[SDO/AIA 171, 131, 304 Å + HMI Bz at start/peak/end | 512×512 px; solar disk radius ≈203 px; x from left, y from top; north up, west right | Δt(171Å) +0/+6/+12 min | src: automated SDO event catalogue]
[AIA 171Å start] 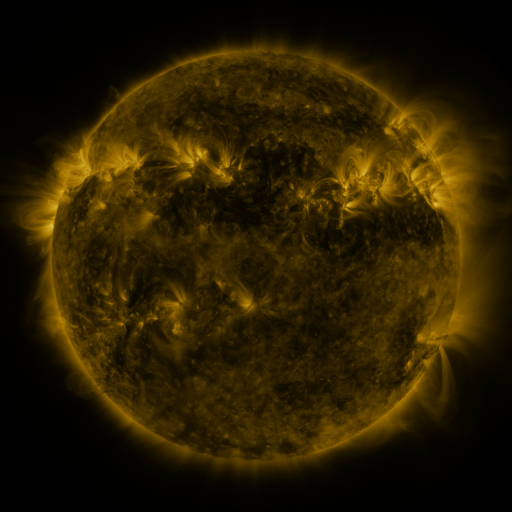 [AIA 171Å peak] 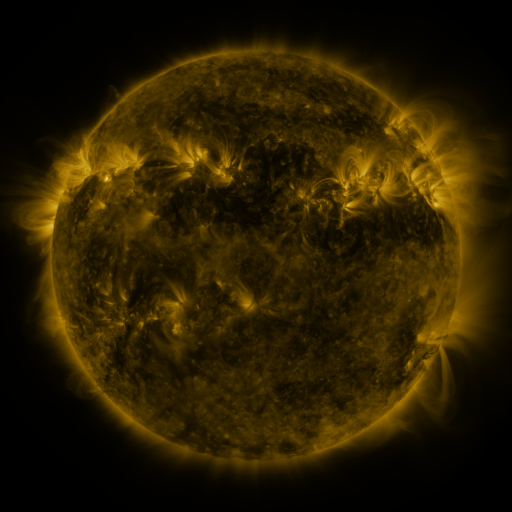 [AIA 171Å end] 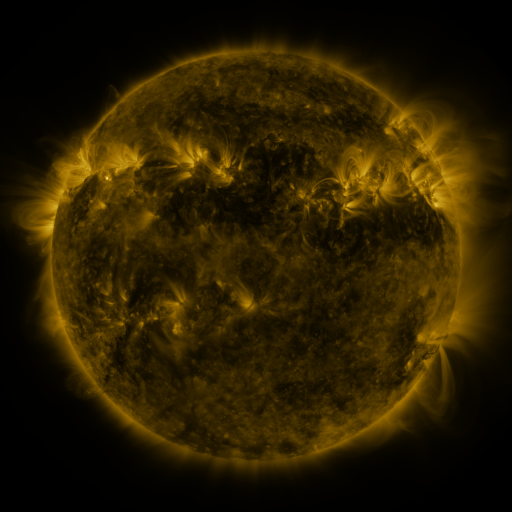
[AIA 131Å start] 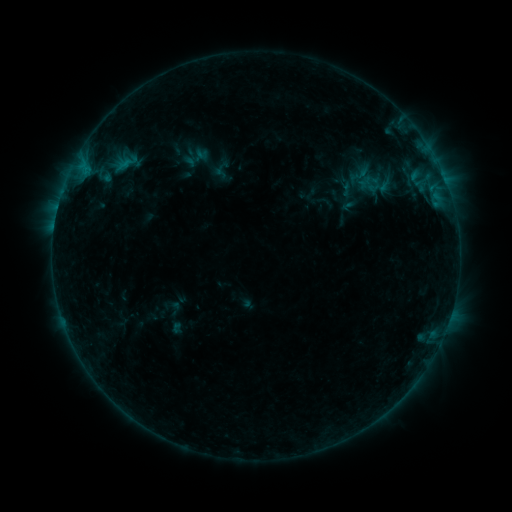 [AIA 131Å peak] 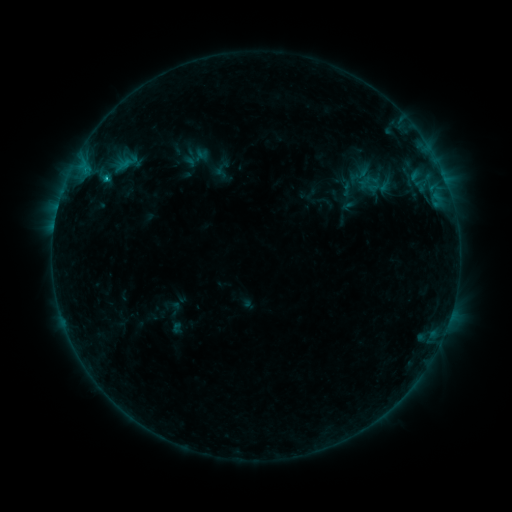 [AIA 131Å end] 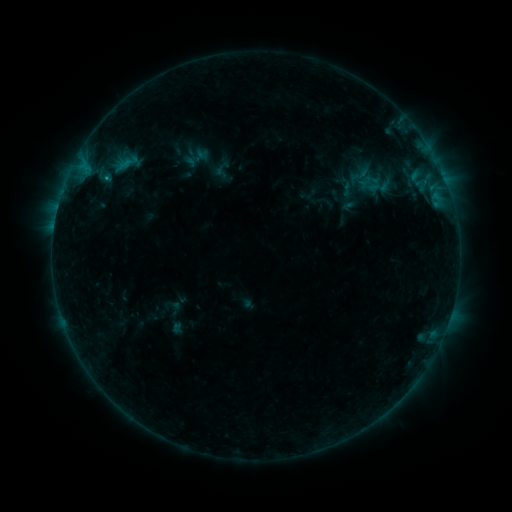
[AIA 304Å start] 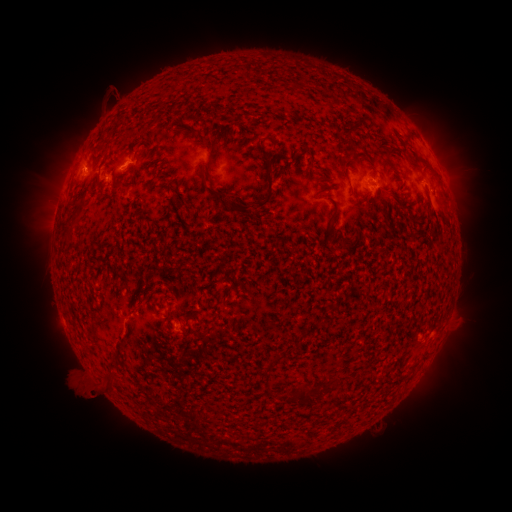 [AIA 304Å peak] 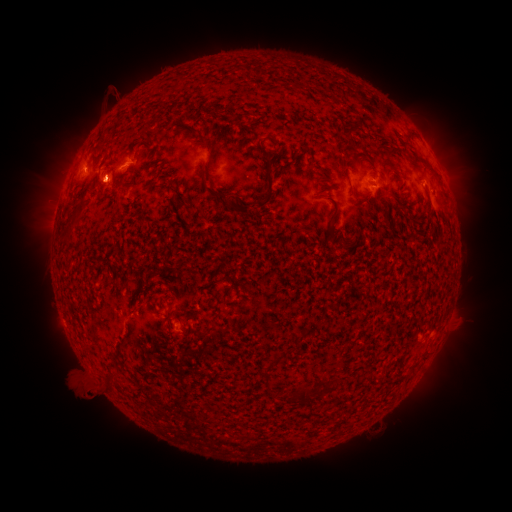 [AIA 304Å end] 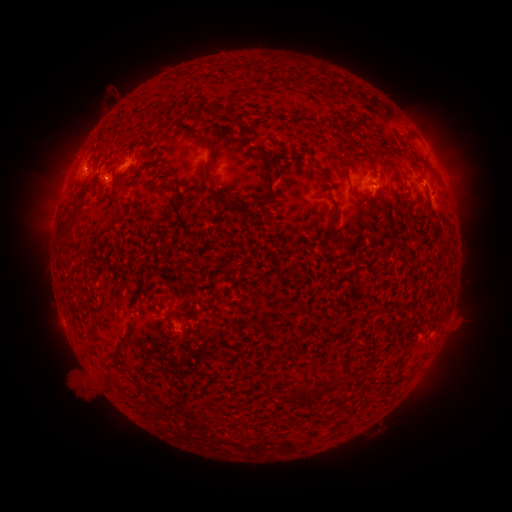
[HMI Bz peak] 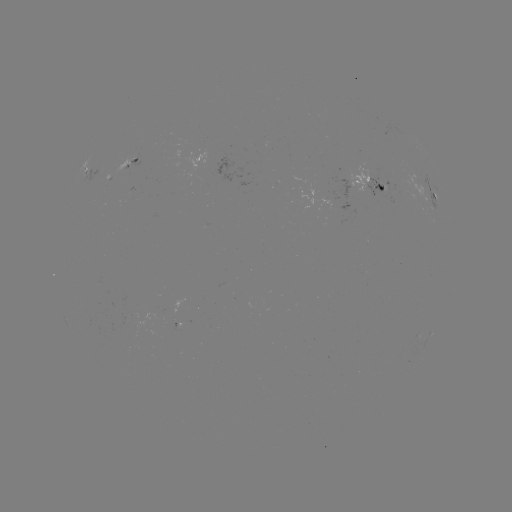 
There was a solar flare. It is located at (107, 179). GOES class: B9.6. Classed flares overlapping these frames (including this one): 1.